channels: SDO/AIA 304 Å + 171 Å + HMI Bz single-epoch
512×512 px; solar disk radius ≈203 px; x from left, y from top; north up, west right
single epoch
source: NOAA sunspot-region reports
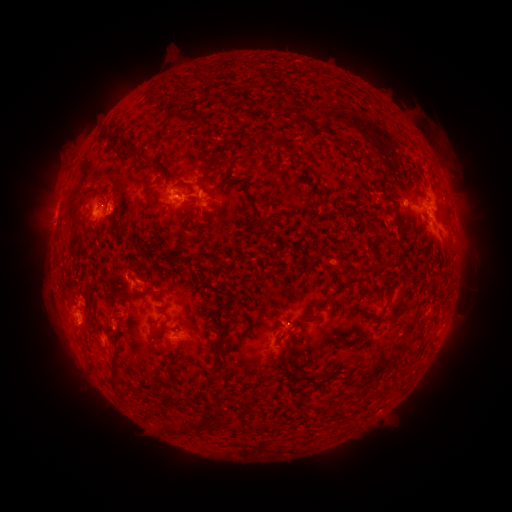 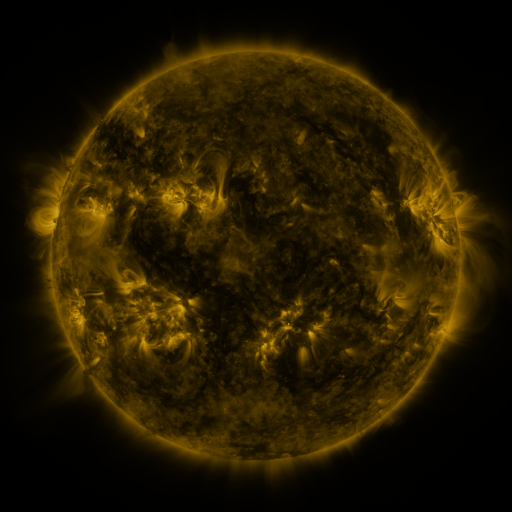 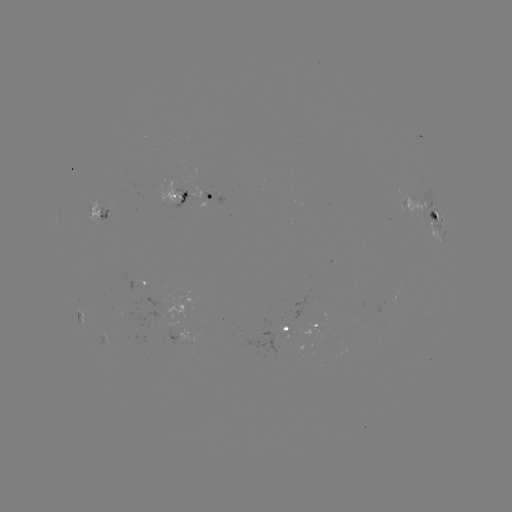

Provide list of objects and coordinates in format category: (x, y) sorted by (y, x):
spotted active region: (188, 198)
spotted active region: (211, 201)
spotted active region: (102, 214)
spotted active region: (422, 215)
spotted active region: (146, 283)
spotted active region: (81, 318)
spotted active region: (317, 324)
spotted active region: (288, 330)
spotted active region: (184, 341)
